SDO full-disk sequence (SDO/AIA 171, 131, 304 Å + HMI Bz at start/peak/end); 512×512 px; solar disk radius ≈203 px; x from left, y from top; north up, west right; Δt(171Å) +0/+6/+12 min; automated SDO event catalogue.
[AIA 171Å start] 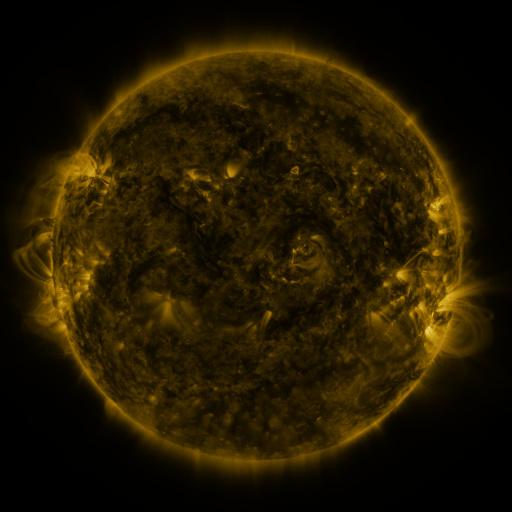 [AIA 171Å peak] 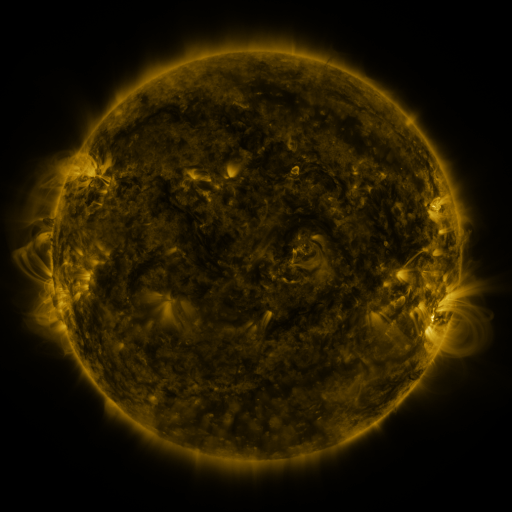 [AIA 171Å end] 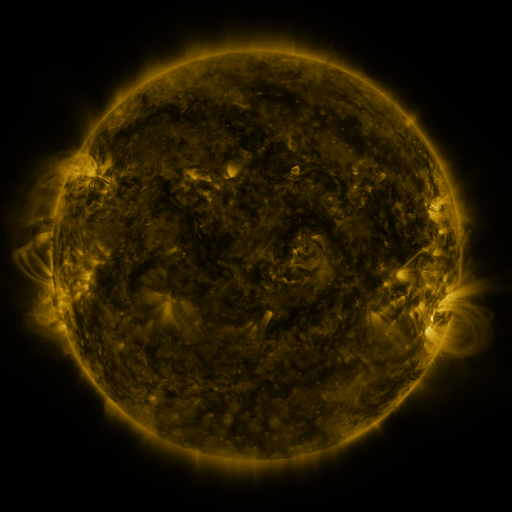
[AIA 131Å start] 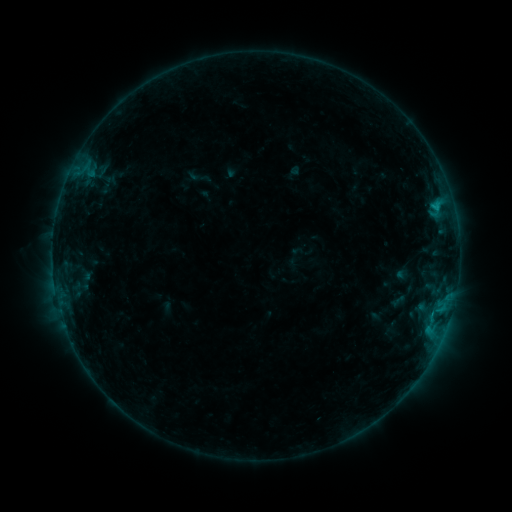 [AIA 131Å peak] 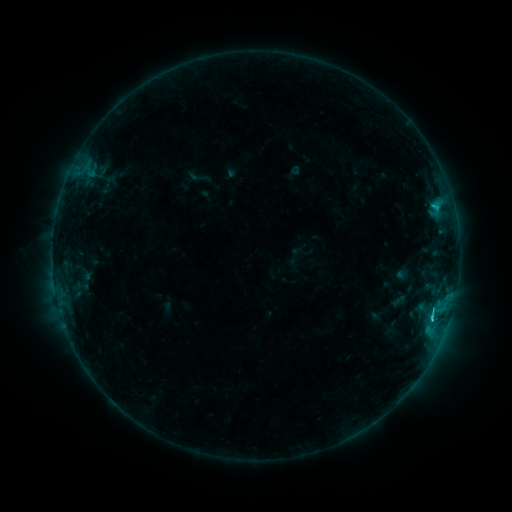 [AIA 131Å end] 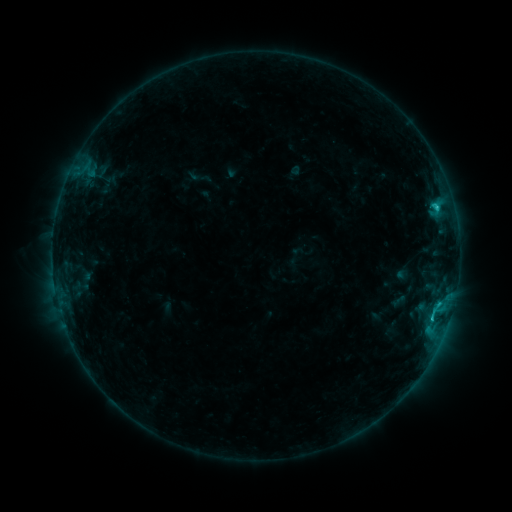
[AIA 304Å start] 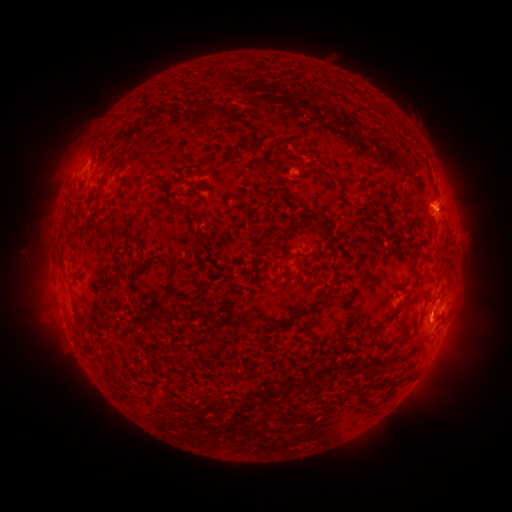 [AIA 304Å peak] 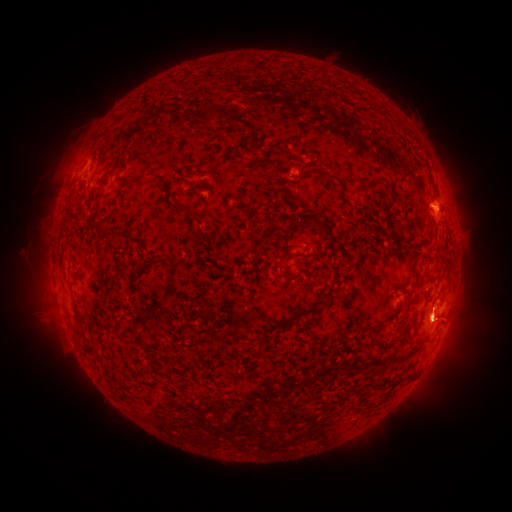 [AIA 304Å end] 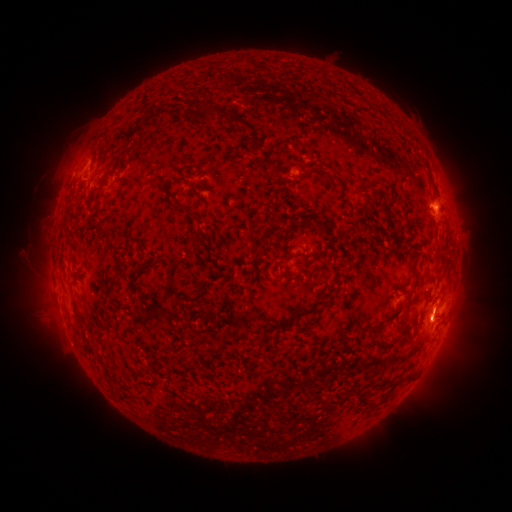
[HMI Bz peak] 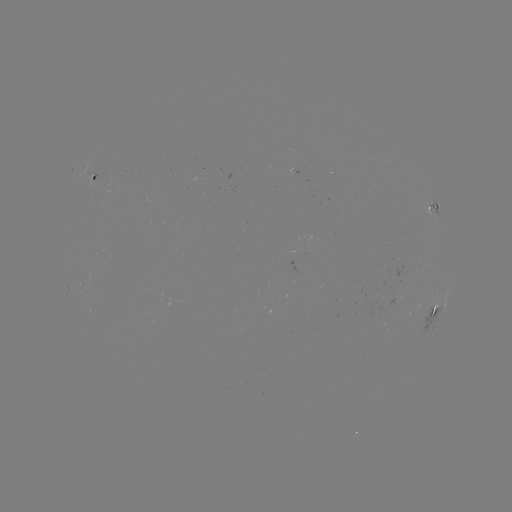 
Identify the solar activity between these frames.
C1.3 flare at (431, 312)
